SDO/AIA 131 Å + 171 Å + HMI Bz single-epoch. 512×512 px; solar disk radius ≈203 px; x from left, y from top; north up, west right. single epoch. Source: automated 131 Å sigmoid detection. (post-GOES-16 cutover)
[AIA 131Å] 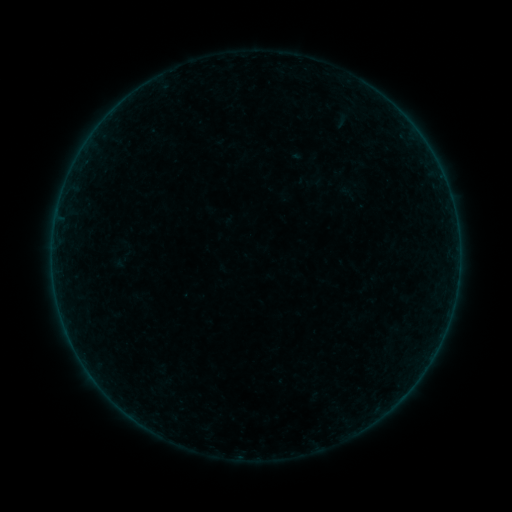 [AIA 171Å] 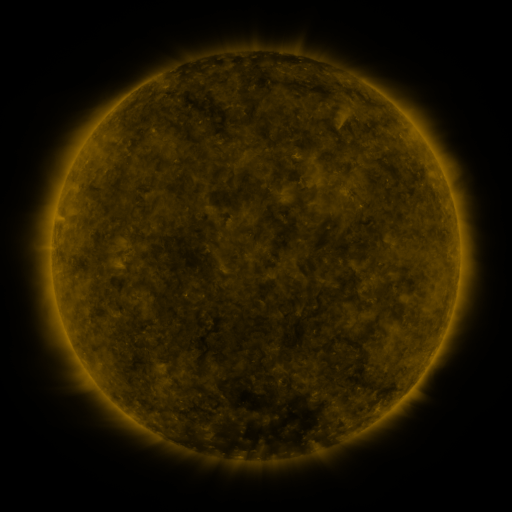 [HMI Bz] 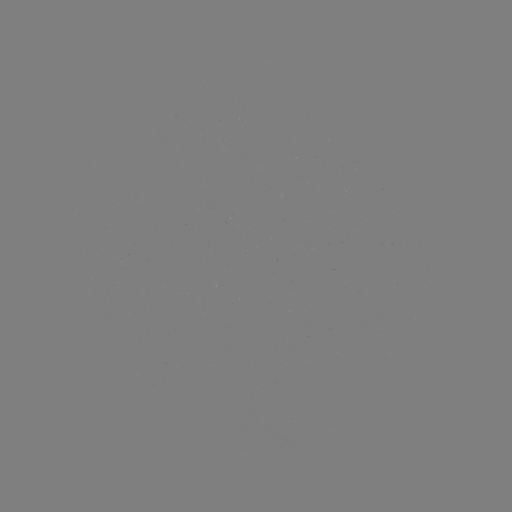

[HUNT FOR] sigmoid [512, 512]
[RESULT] [342, 121]